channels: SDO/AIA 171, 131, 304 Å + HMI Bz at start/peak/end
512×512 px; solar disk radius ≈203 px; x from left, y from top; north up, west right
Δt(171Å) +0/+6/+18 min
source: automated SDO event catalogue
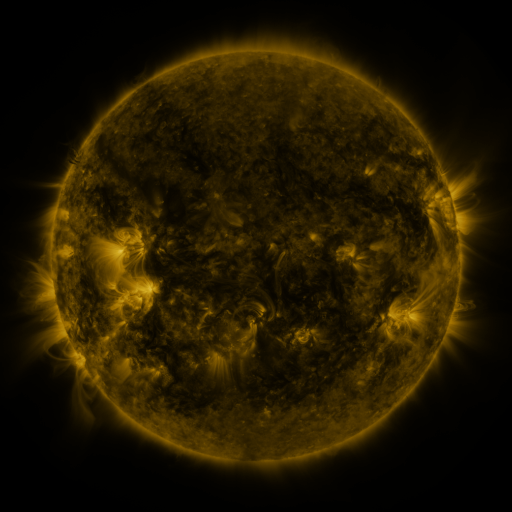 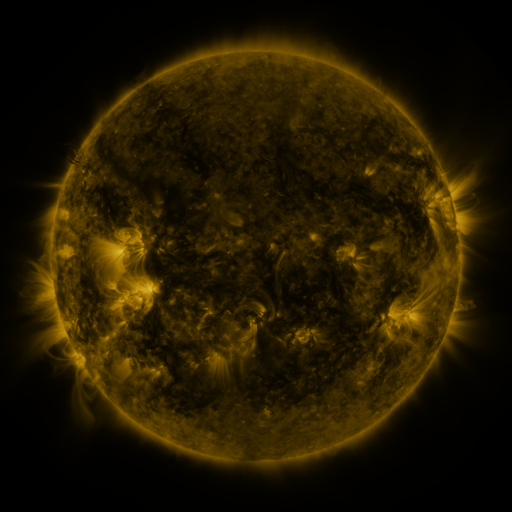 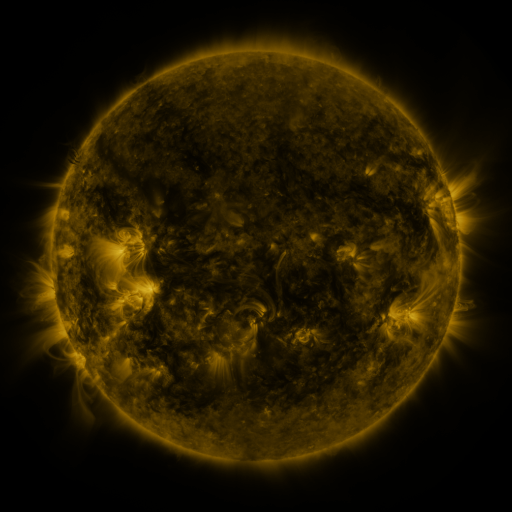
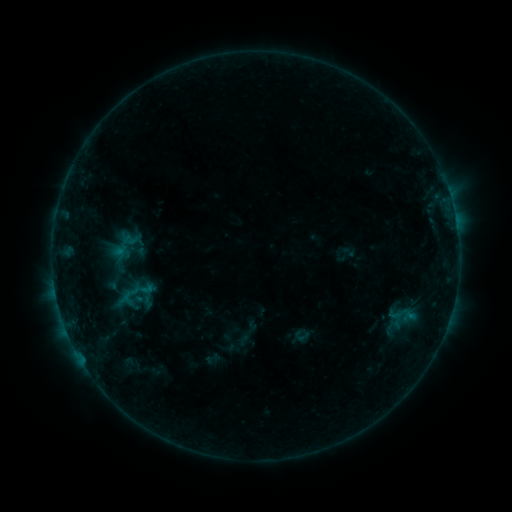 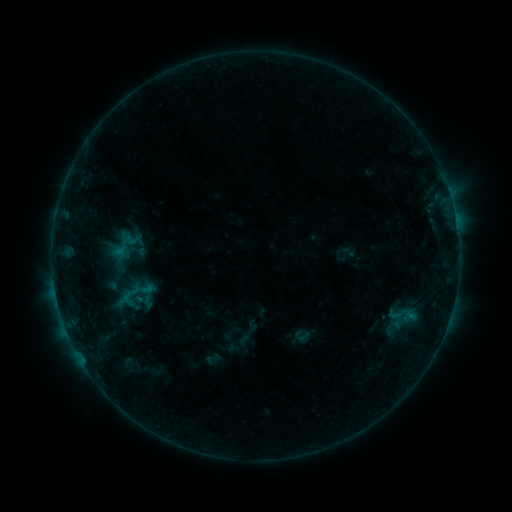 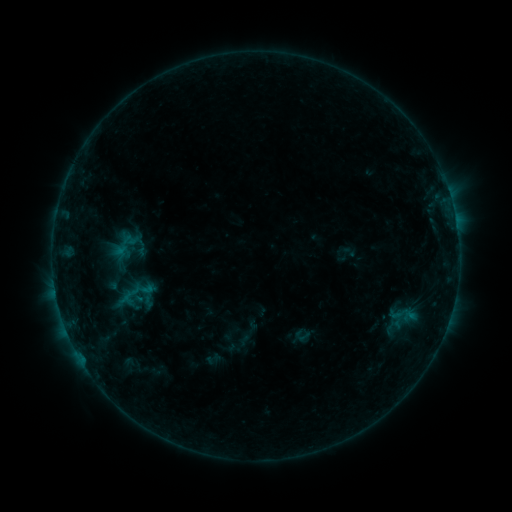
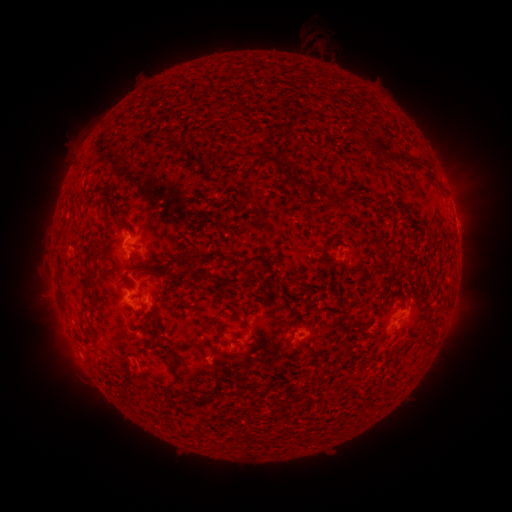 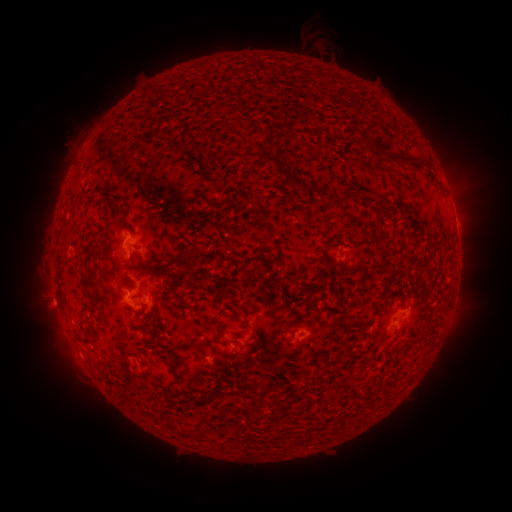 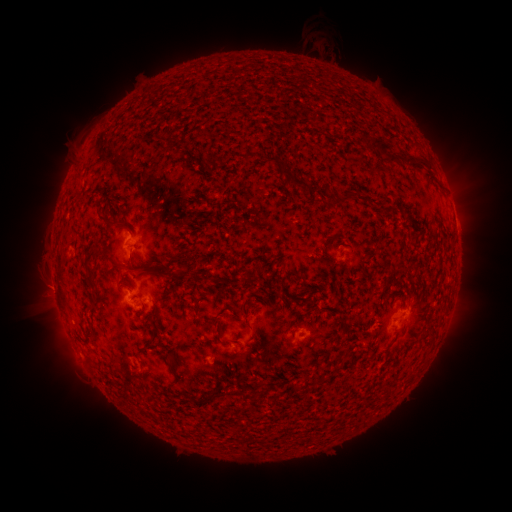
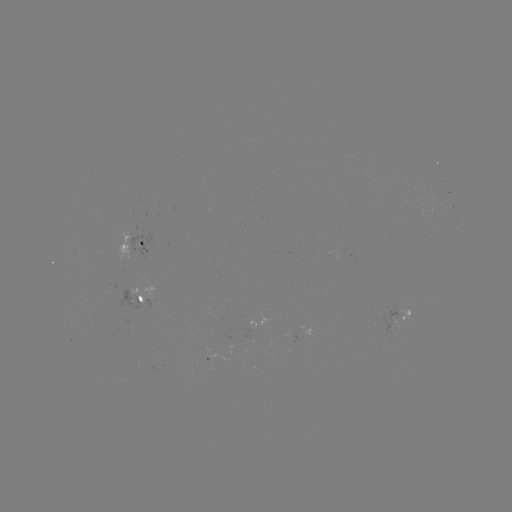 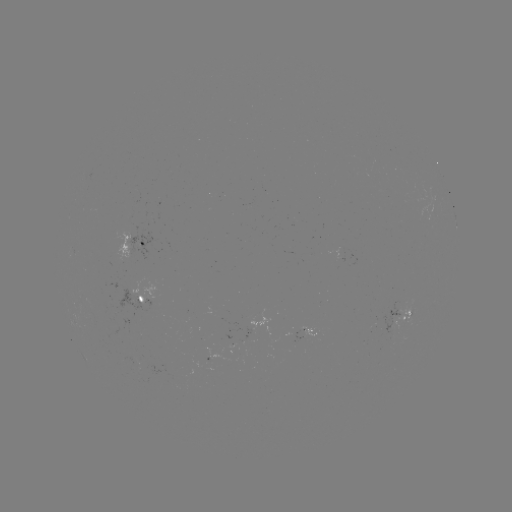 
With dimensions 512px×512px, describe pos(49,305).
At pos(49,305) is eruption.